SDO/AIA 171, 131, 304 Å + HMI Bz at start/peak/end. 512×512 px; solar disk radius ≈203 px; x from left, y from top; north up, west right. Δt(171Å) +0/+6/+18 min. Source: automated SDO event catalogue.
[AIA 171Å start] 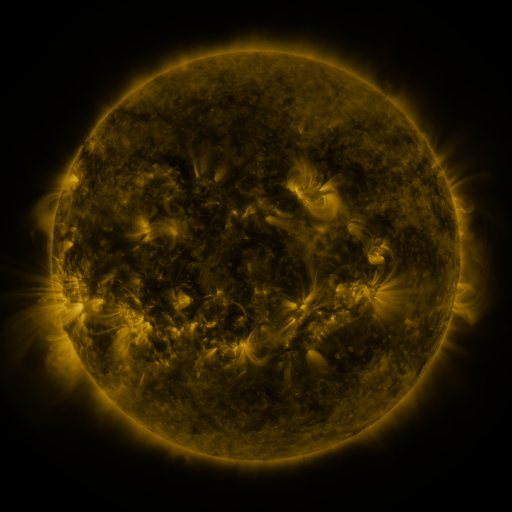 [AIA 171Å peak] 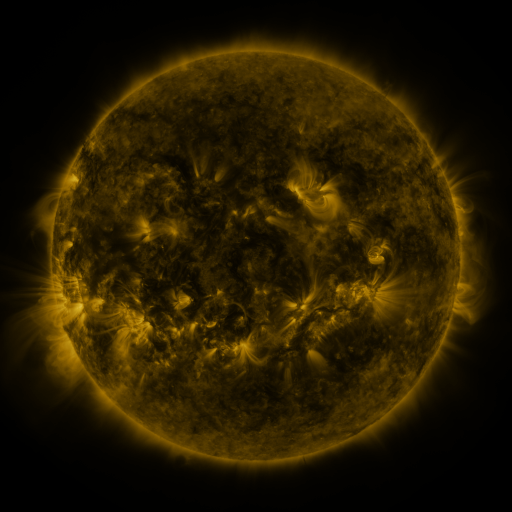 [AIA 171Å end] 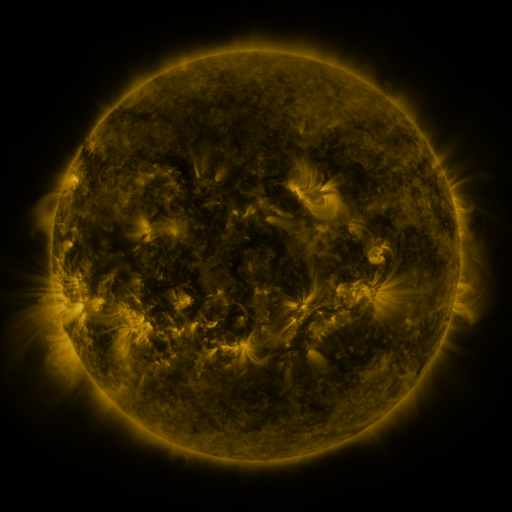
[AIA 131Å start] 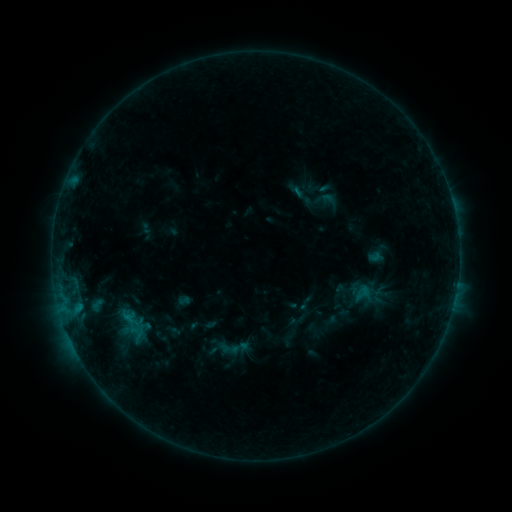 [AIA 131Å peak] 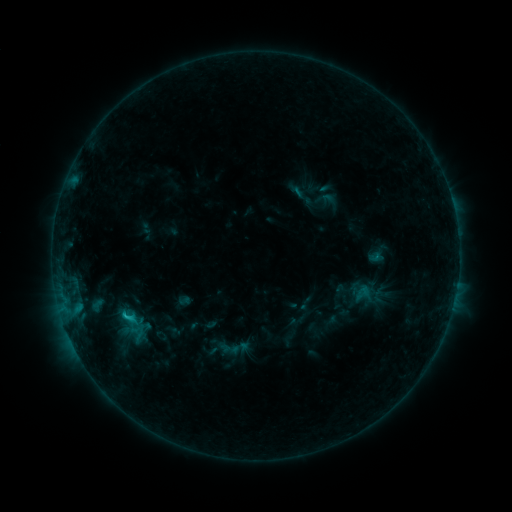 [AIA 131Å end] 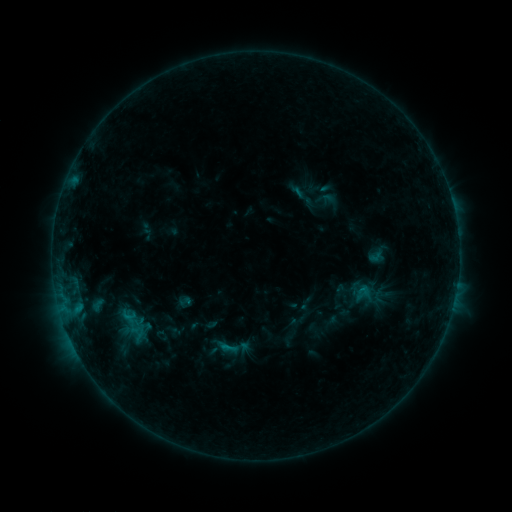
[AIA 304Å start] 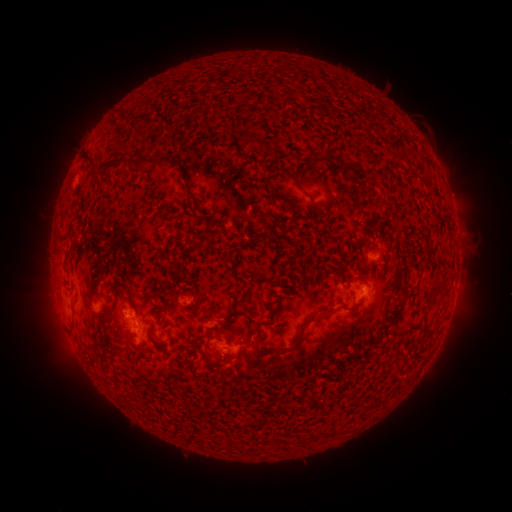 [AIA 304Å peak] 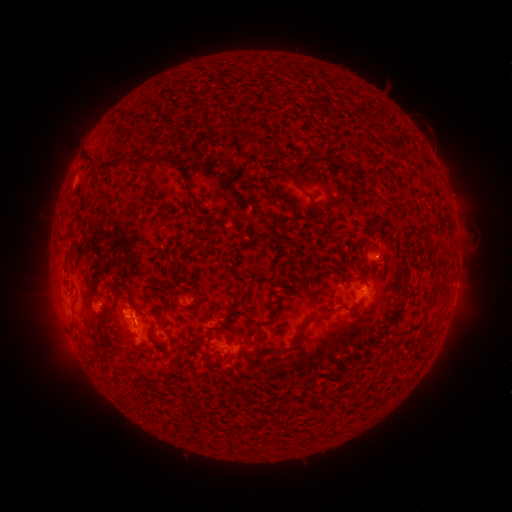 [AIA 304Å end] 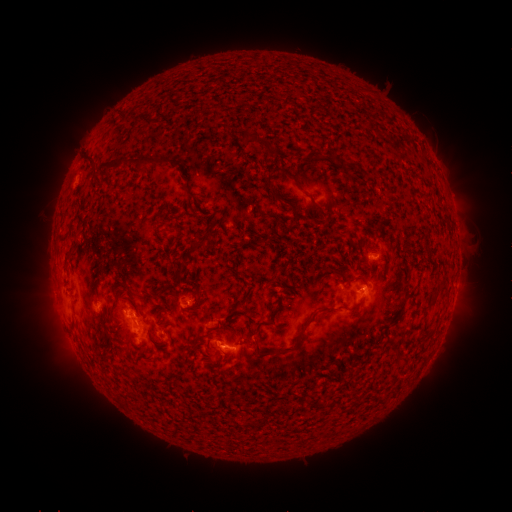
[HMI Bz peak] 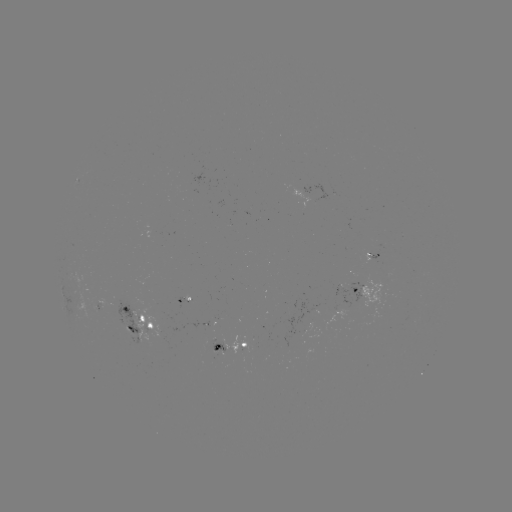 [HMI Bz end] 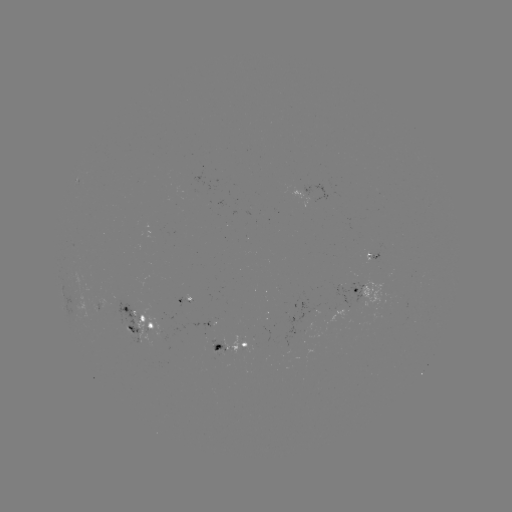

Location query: B8.7 flare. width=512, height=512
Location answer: (133, 318).